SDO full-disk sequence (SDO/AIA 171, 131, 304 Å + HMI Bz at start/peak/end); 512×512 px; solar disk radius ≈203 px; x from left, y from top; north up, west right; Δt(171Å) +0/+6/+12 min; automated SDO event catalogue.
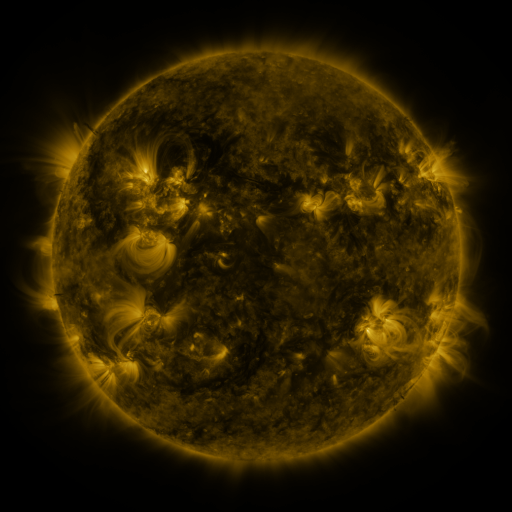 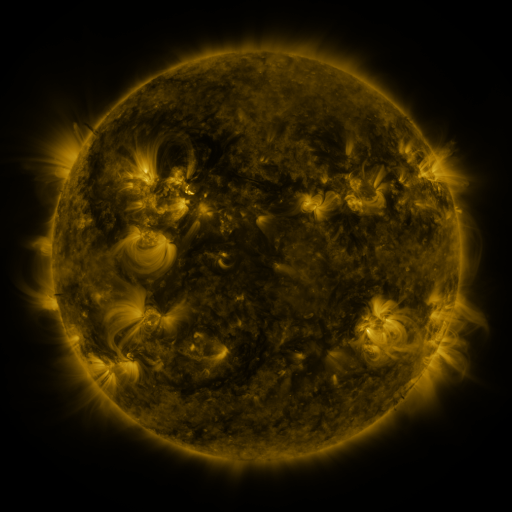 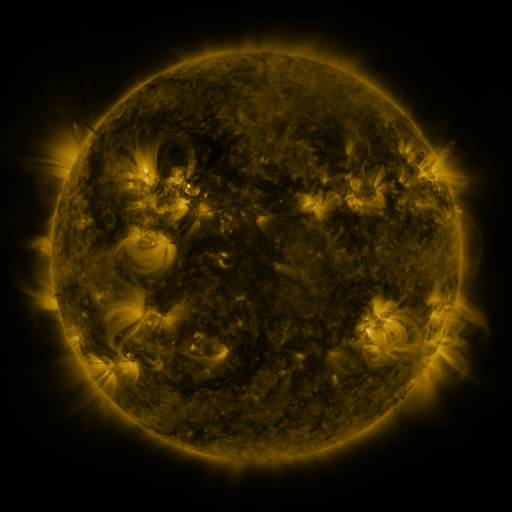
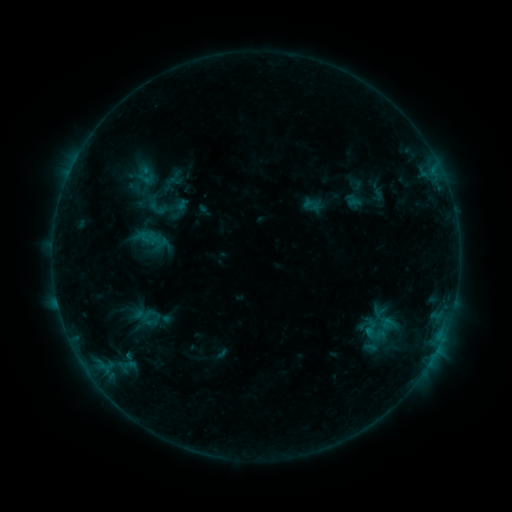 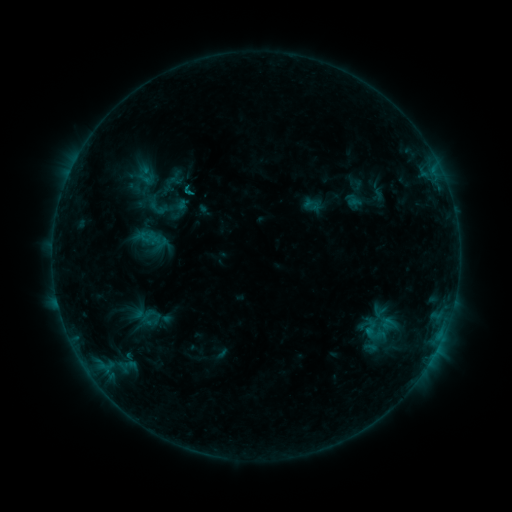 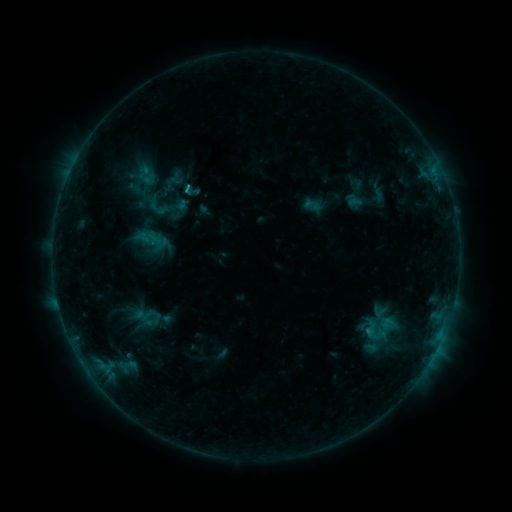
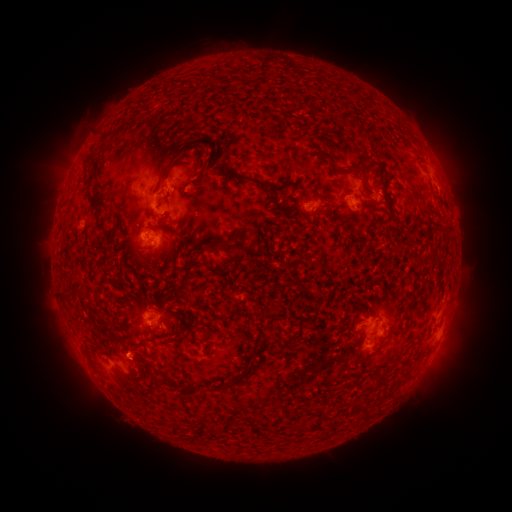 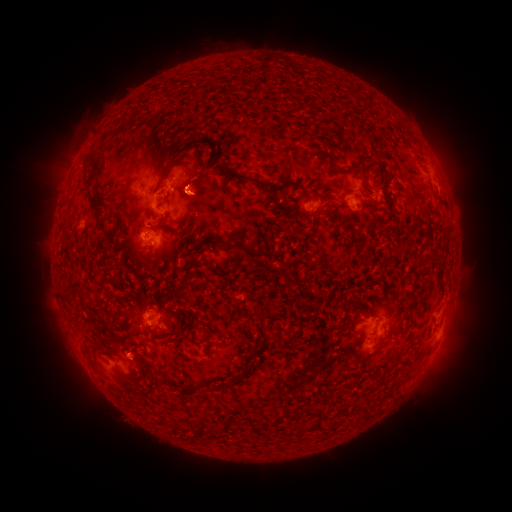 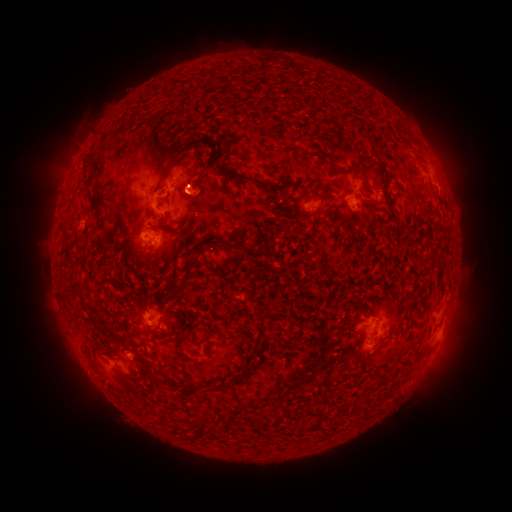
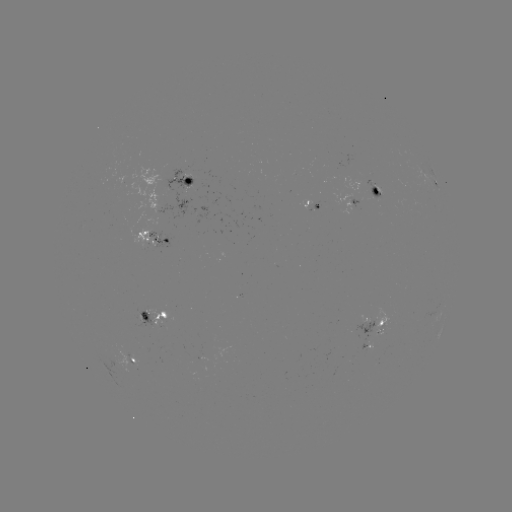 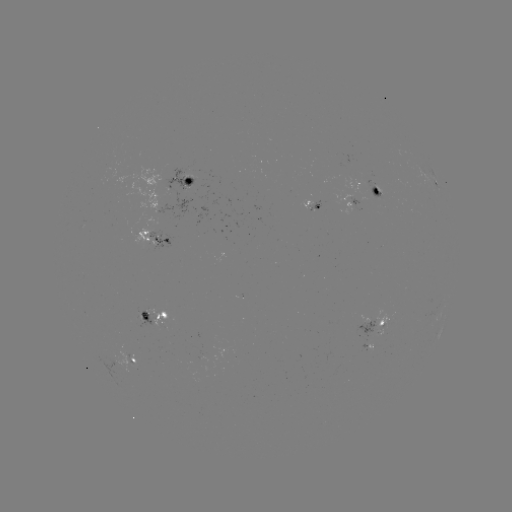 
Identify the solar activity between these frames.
eruption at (202, 193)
